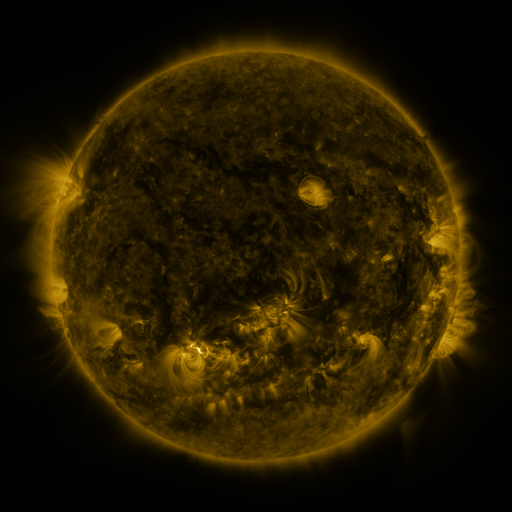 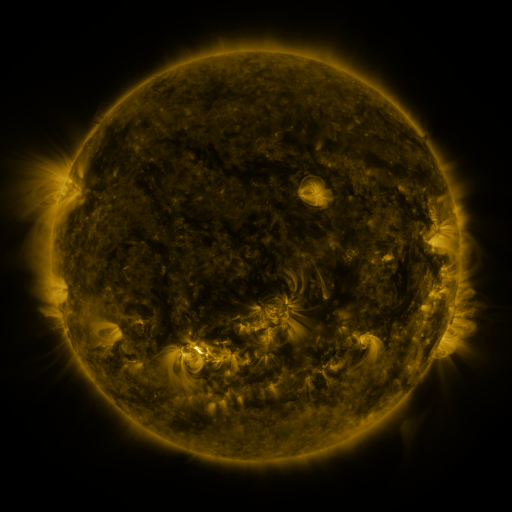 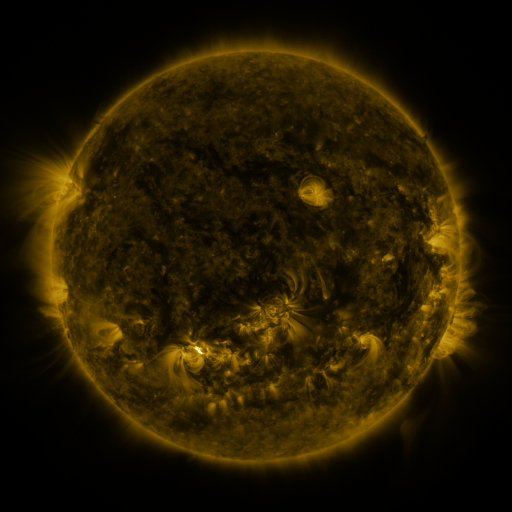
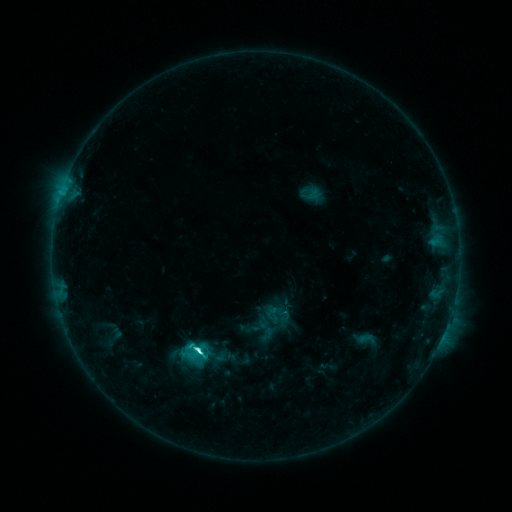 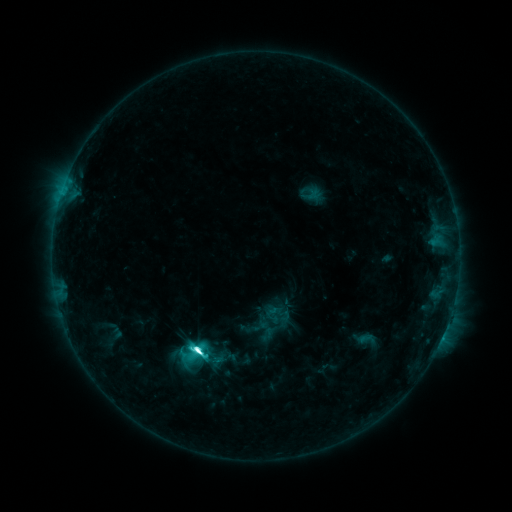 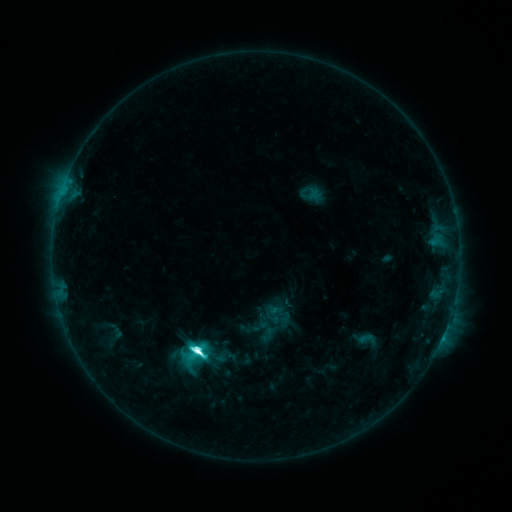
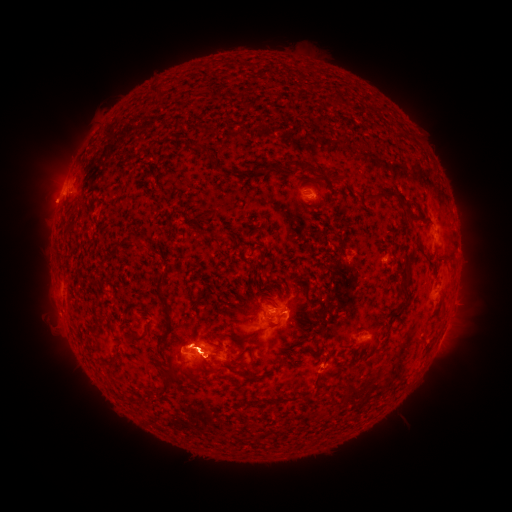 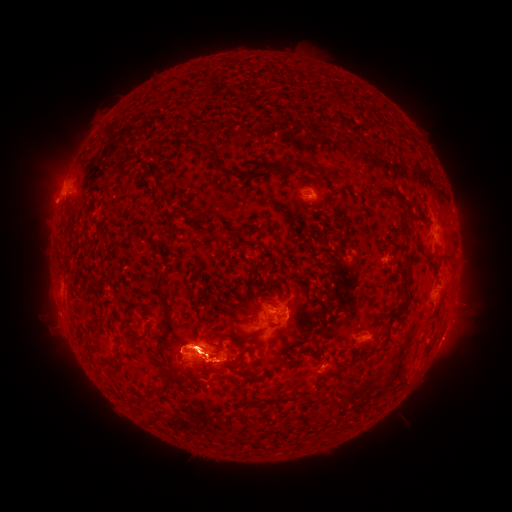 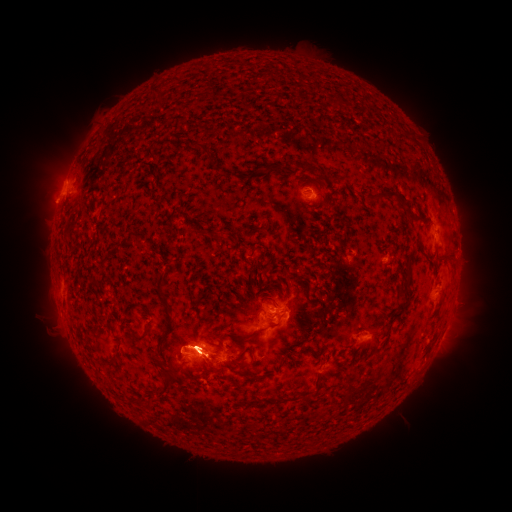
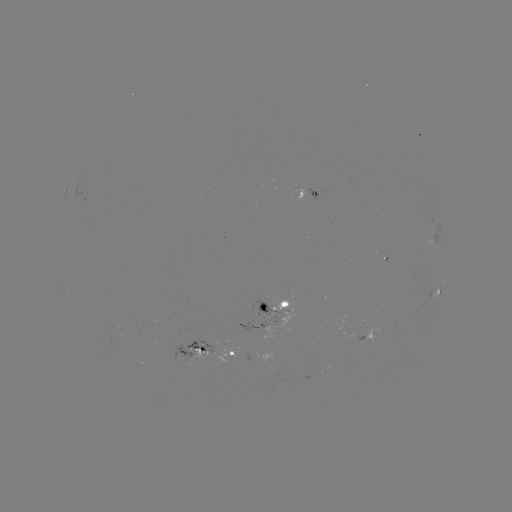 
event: eruption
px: (462, 266)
